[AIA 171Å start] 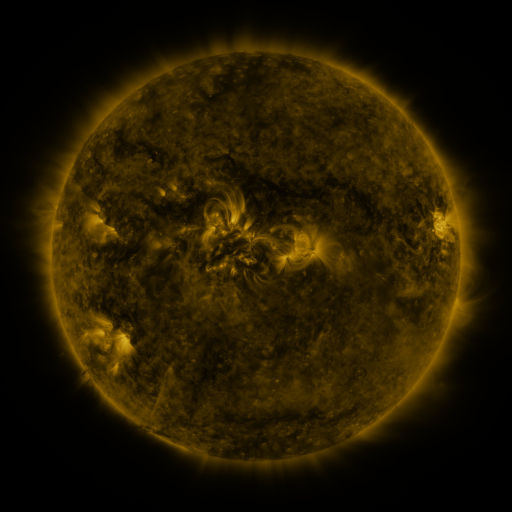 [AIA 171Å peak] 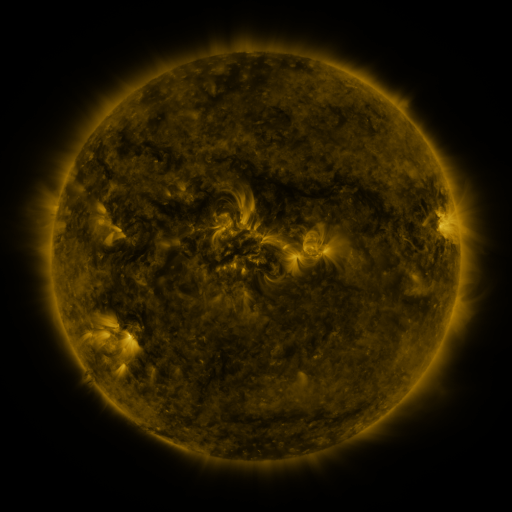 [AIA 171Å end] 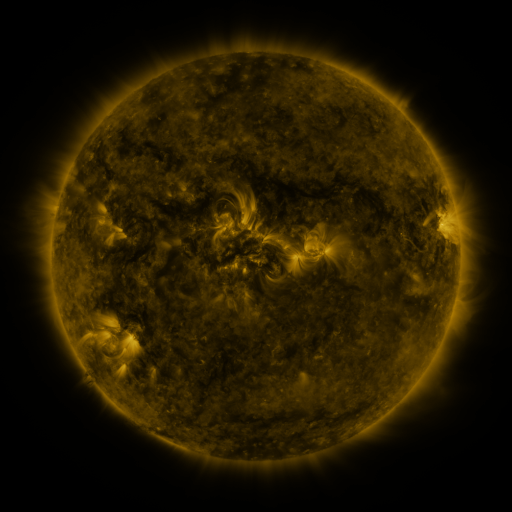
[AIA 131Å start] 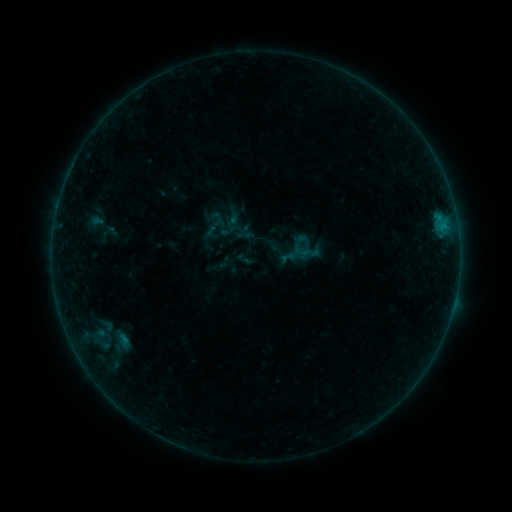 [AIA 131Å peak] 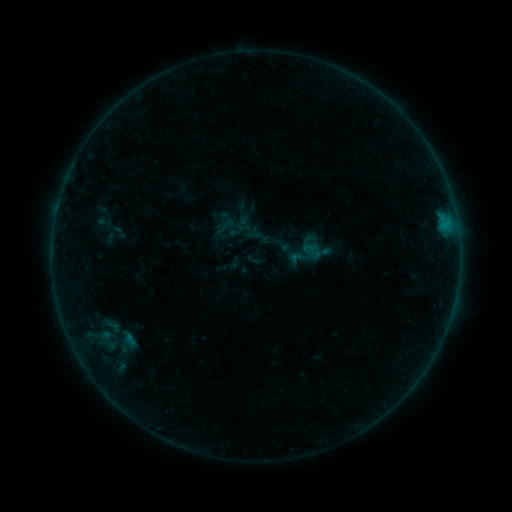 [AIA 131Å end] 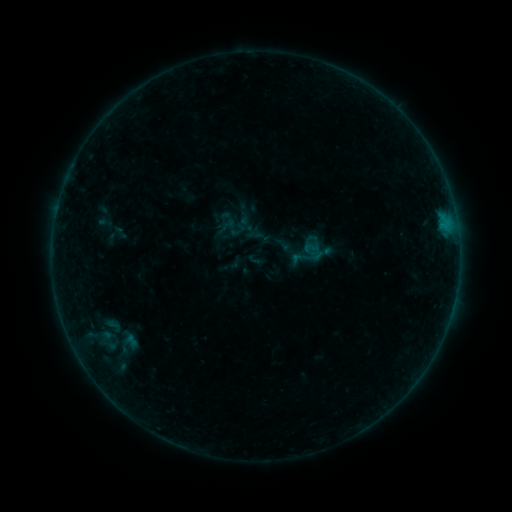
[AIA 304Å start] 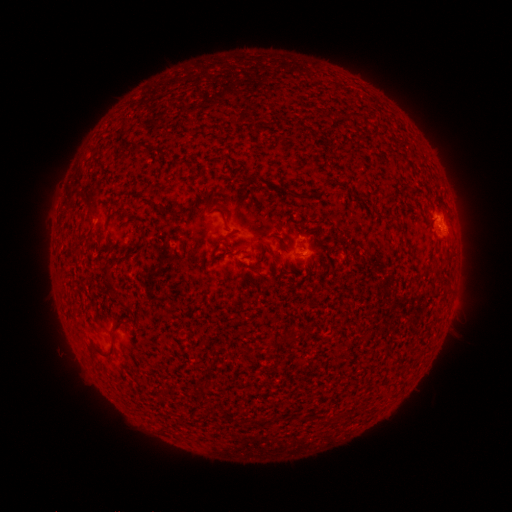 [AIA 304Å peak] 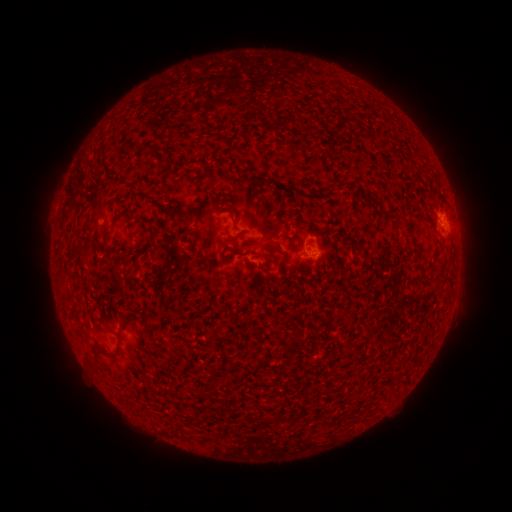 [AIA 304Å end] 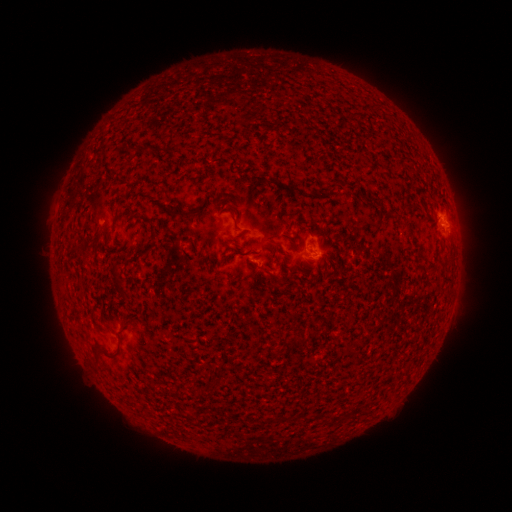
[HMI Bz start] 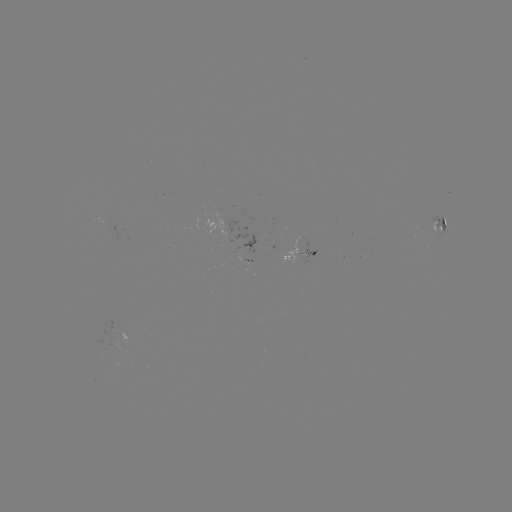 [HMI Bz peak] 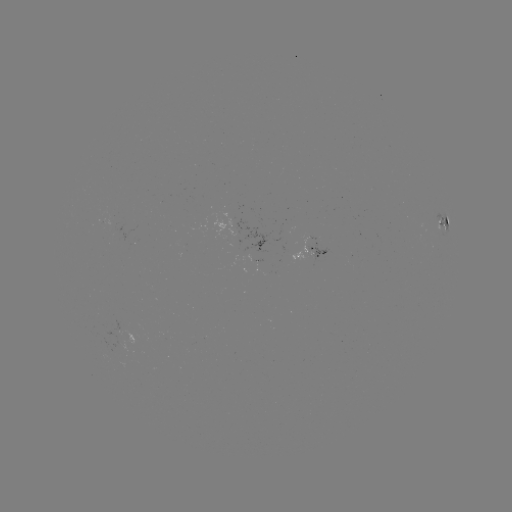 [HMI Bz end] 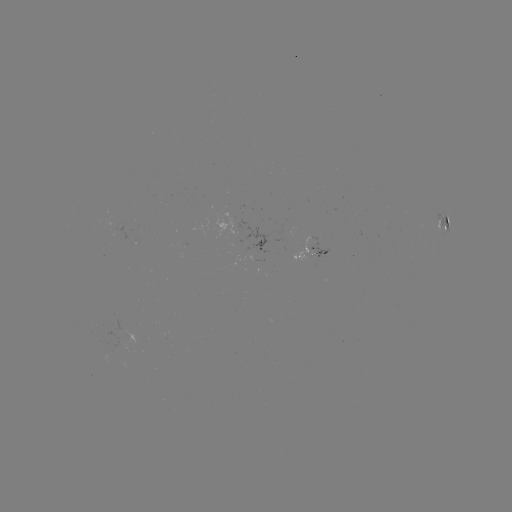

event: emerging-flux region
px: (307, 245)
